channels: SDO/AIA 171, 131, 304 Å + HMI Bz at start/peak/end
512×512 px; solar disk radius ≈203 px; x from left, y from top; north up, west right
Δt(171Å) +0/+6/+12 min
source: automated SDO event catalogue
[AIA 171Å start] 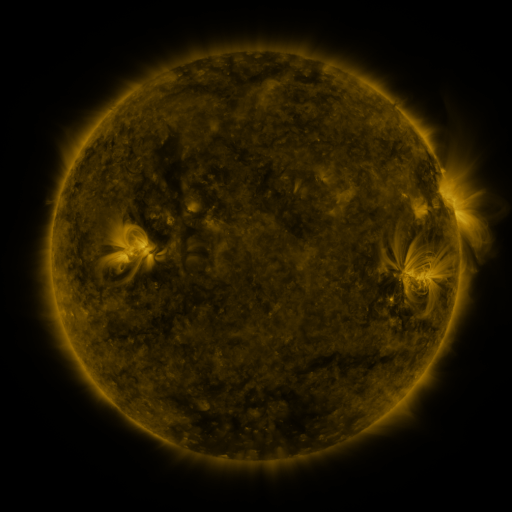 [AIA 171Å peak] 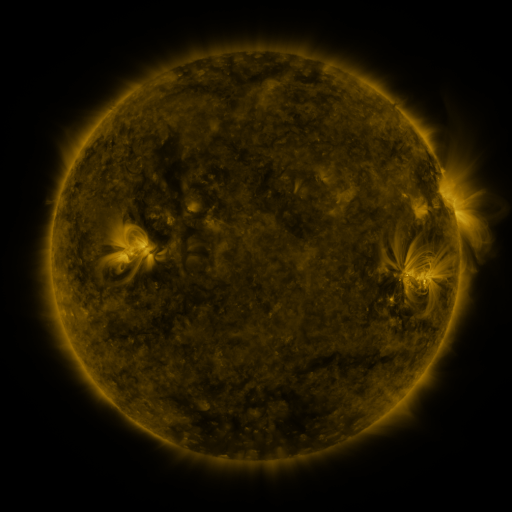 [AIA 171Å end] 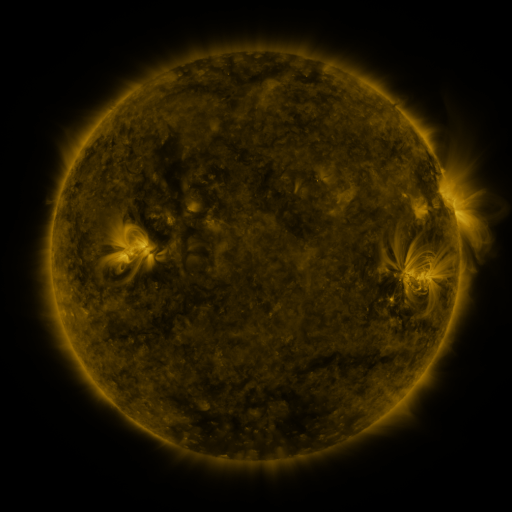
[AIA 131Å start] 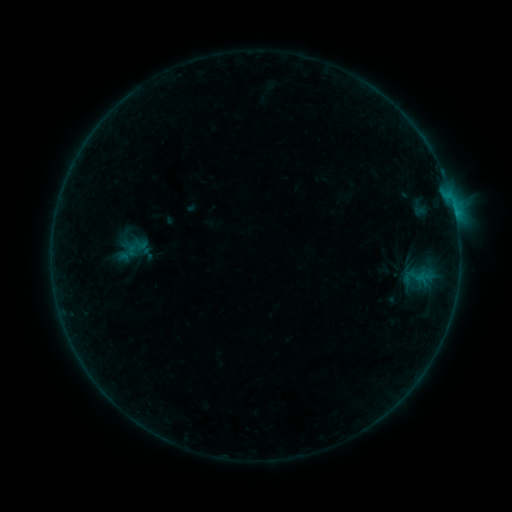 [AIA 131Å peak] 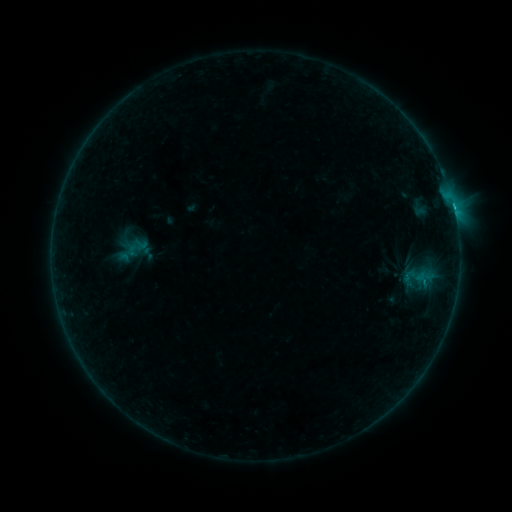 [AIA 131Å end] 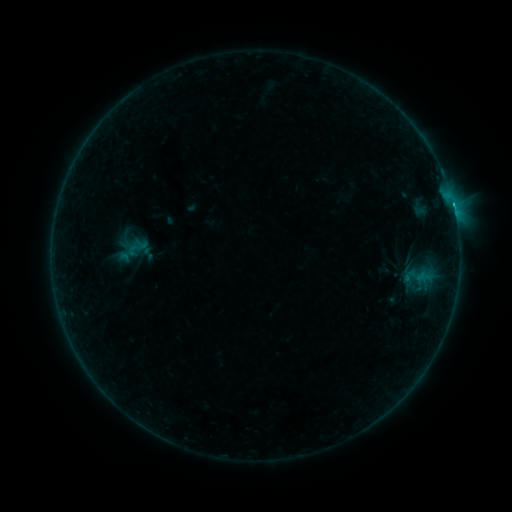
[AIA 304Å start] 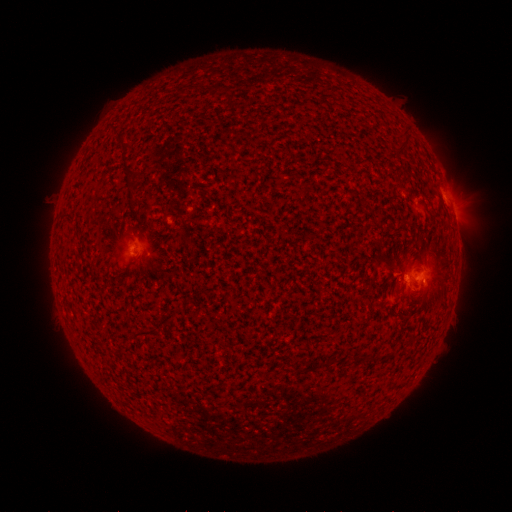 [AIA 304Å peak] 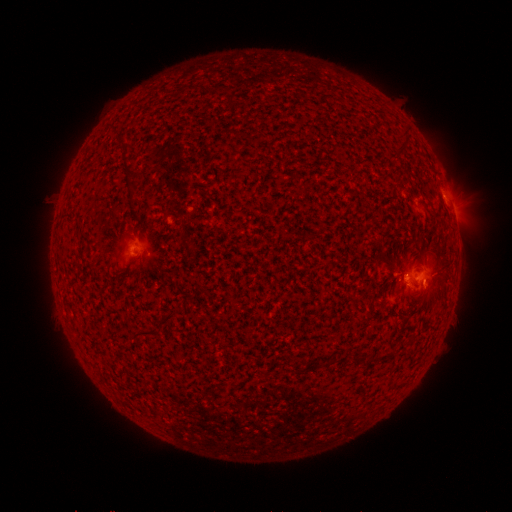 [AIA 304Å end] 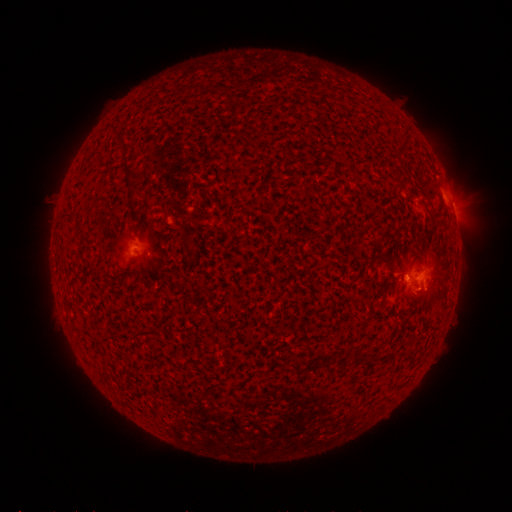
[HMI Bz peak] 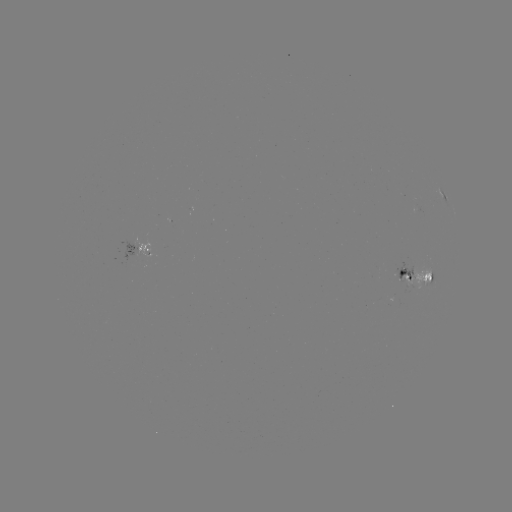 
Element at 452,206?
B9.8 flare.